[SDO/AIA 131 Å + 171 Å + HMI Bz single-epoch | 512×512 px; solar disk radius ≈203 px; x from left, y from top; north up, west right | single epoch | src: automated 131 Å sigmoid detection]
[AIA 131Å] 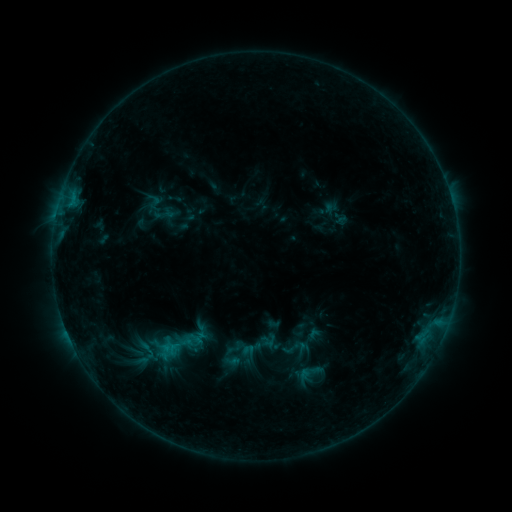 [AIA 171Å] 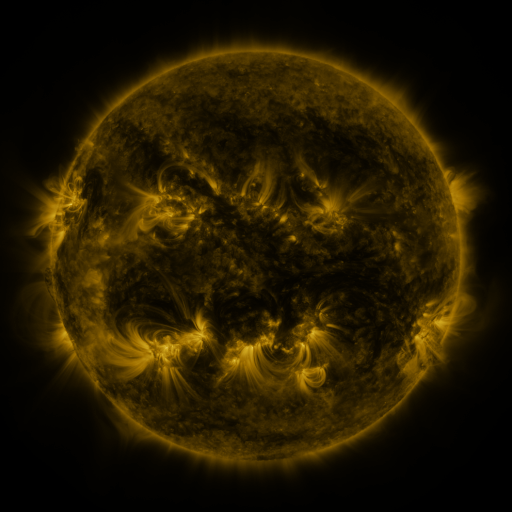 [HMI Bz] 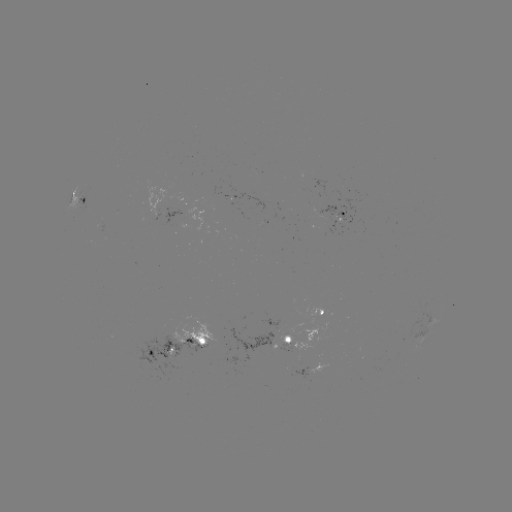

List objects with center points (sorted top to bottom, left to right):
sigmoid: (295, 348)
sigmoid: (311, 373)
